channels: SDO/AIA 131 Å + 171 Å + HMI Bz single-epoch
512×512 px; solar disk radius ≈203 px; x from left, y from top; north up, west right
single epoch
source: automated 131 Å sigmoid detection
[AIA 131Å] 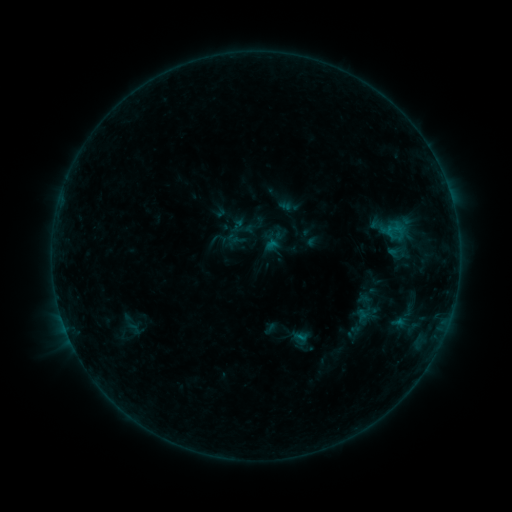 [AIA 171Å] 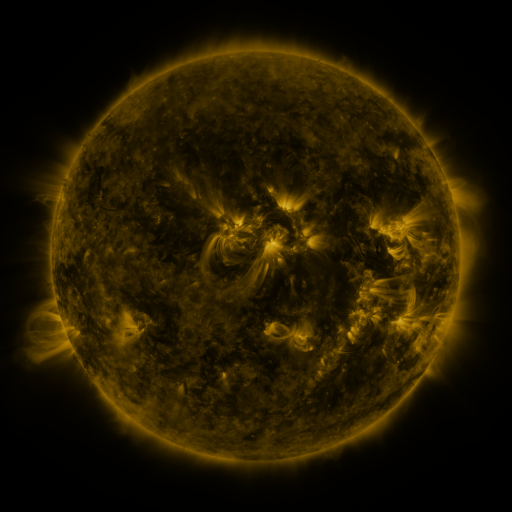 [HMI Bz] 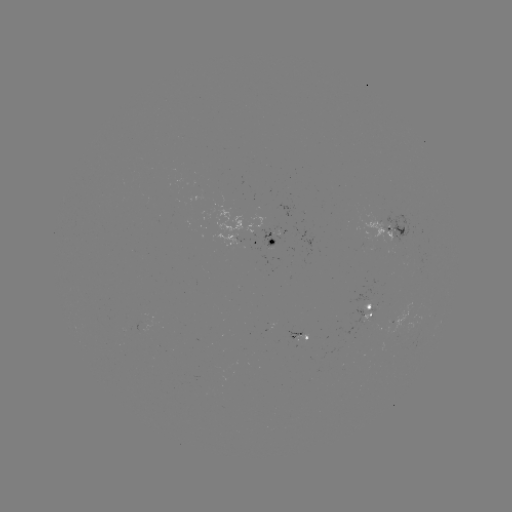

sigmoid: <bbox>344, 304, 377, 337</bbox>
